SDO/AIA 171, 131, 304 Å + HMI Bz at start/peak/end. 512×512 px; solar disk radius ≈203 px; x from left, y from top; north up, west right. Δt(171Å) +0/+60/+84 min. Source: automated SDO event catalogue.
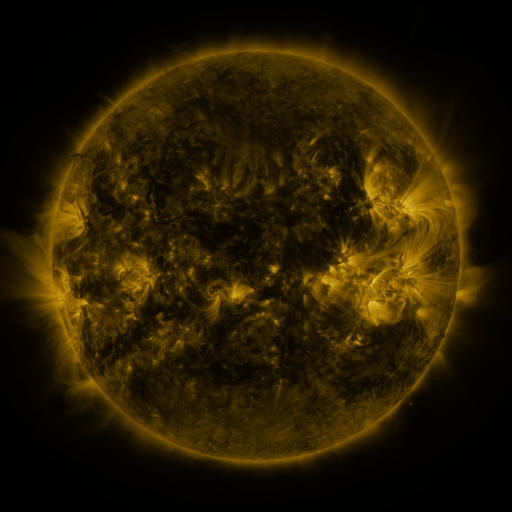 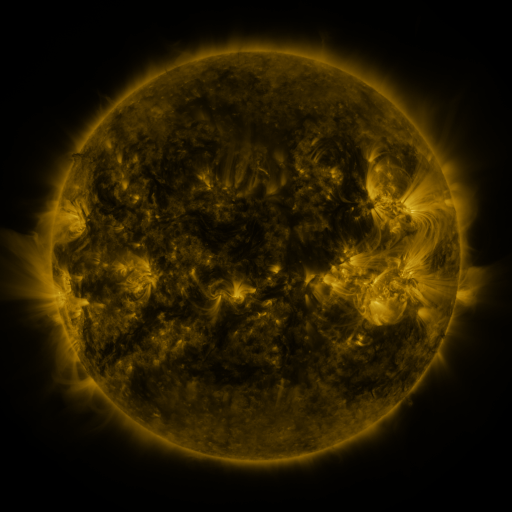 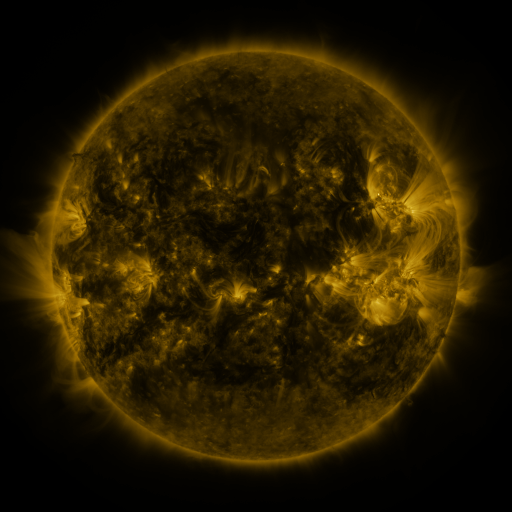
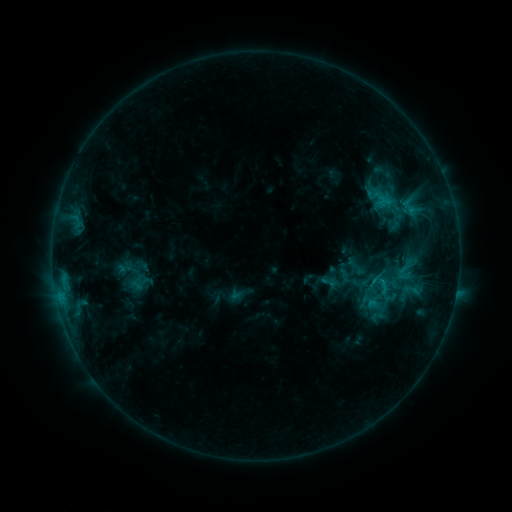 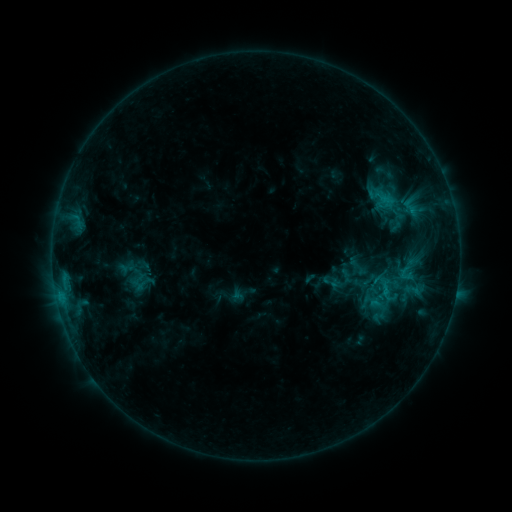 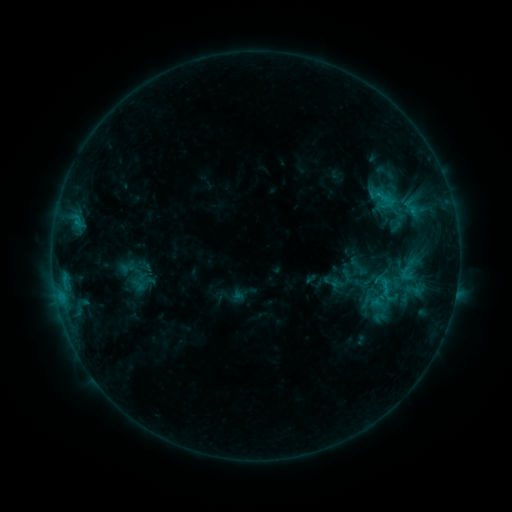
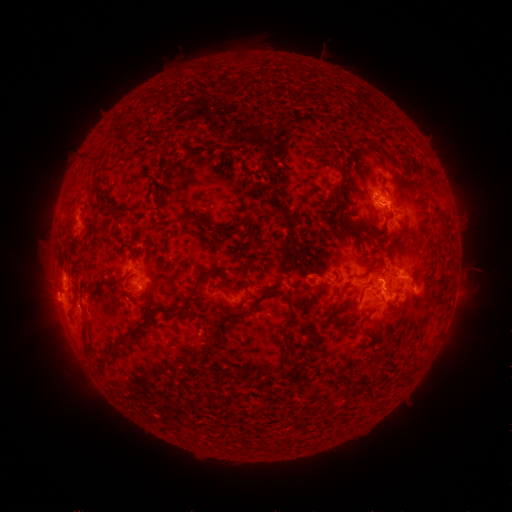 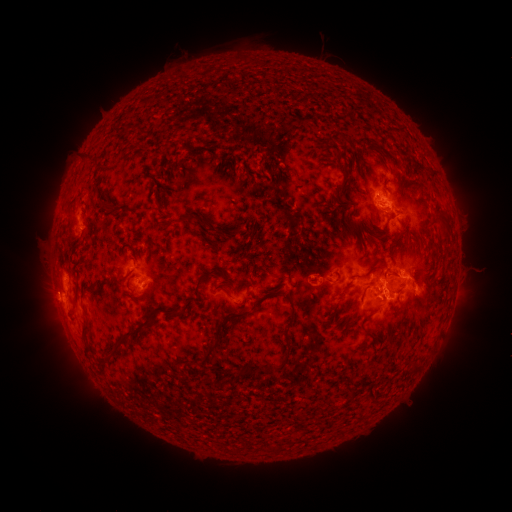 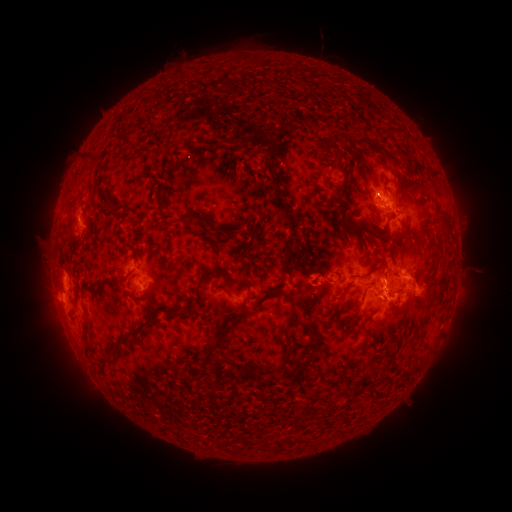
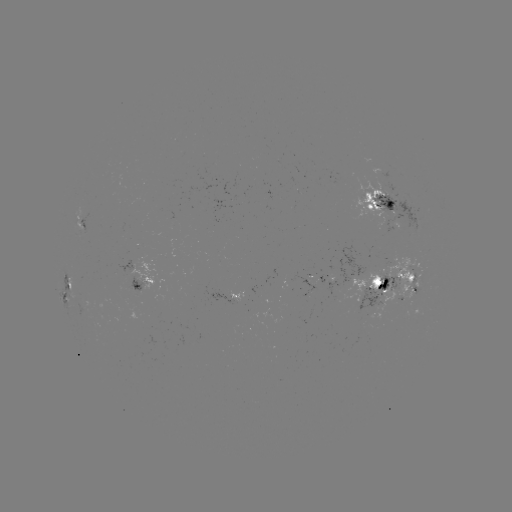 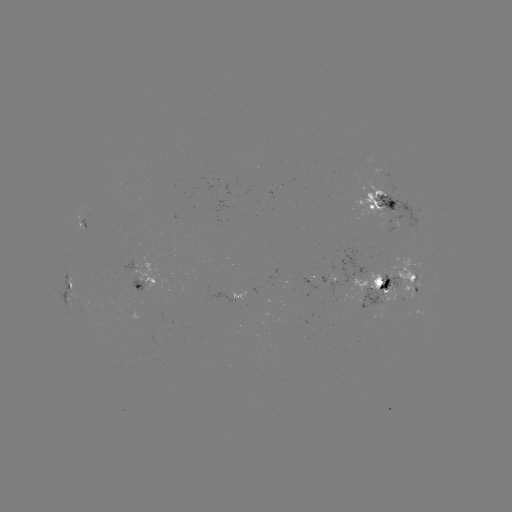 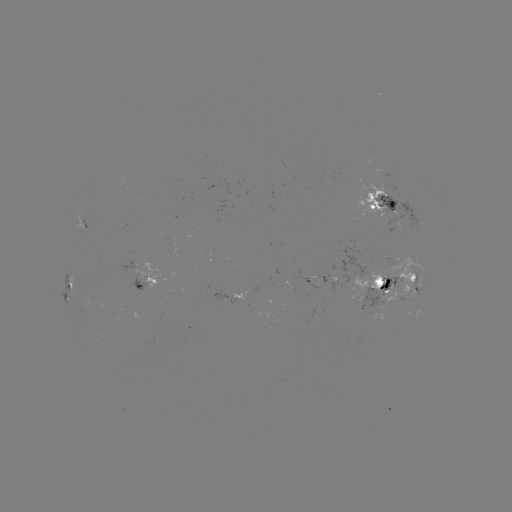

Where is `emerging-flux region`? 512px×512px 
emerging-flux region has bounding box [372, 252, 424, 324].